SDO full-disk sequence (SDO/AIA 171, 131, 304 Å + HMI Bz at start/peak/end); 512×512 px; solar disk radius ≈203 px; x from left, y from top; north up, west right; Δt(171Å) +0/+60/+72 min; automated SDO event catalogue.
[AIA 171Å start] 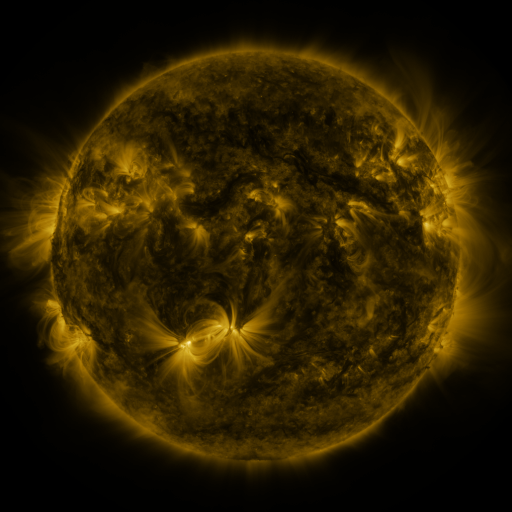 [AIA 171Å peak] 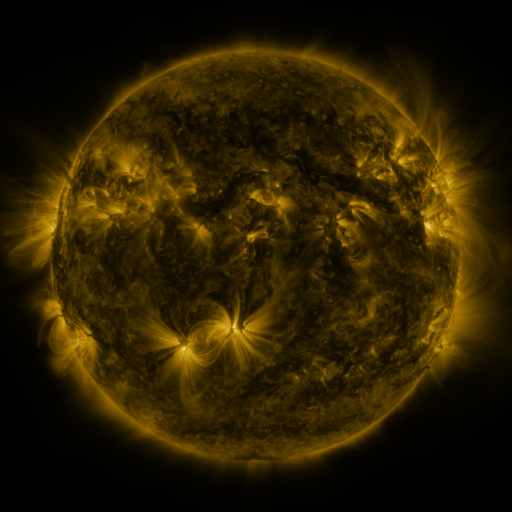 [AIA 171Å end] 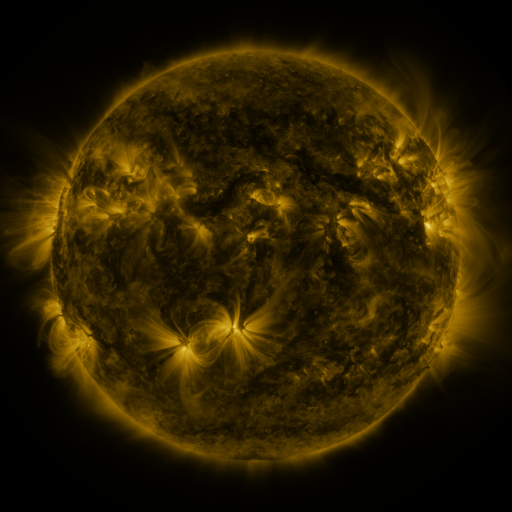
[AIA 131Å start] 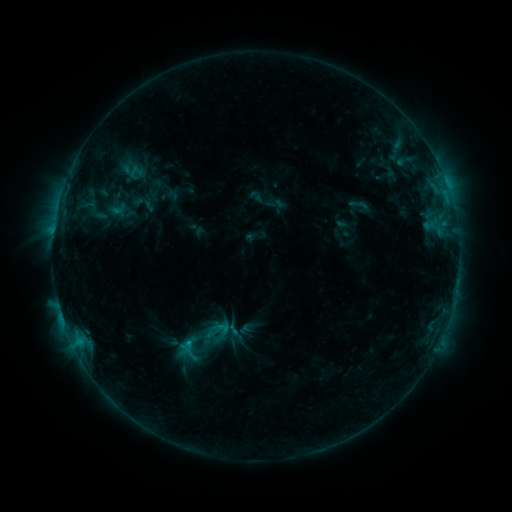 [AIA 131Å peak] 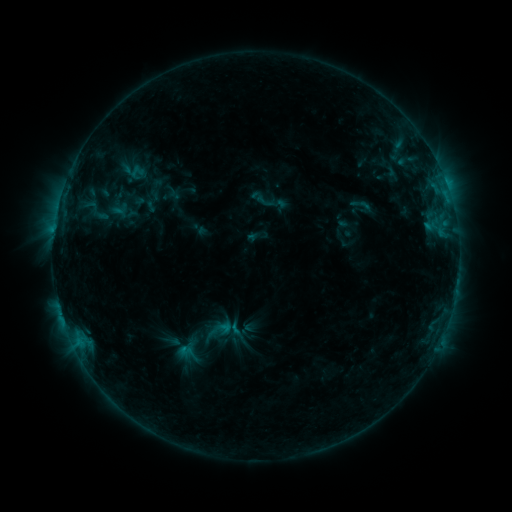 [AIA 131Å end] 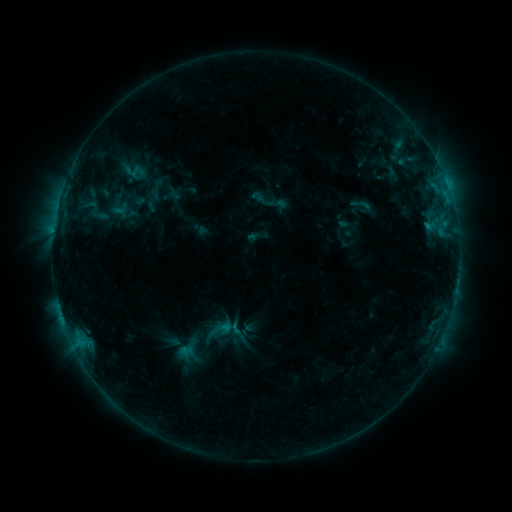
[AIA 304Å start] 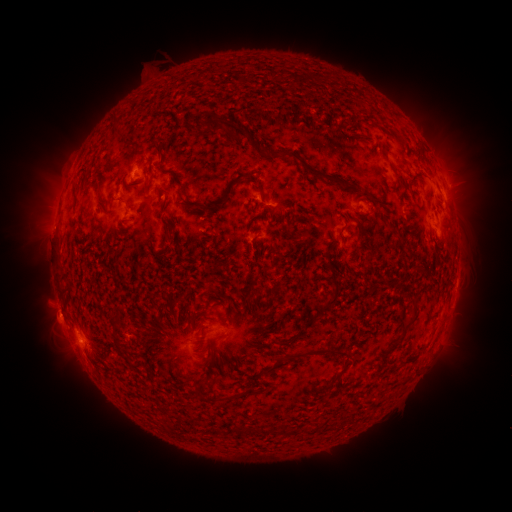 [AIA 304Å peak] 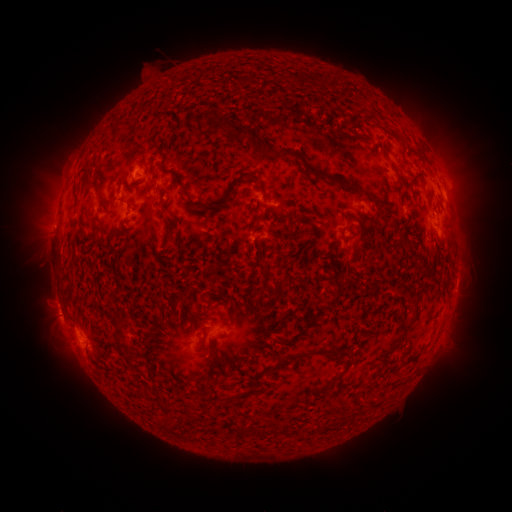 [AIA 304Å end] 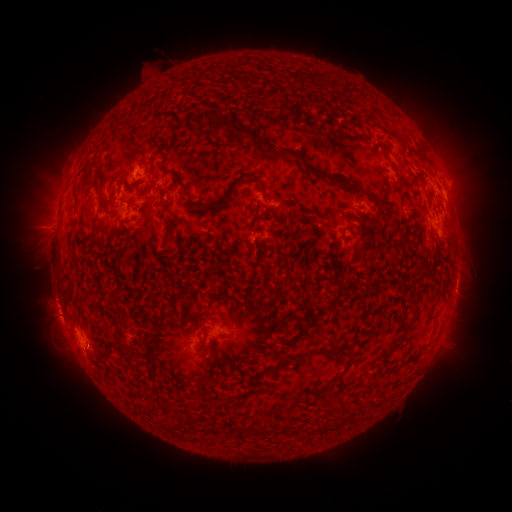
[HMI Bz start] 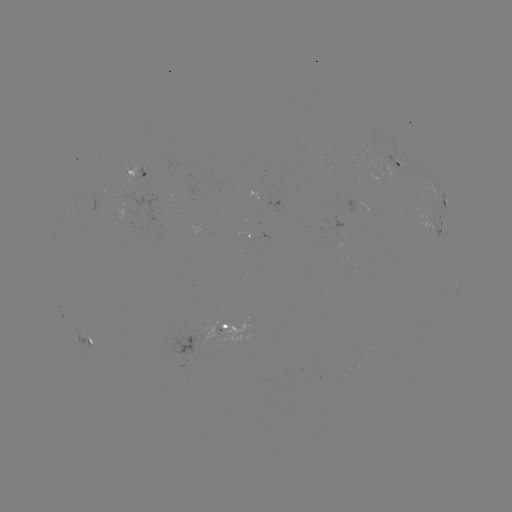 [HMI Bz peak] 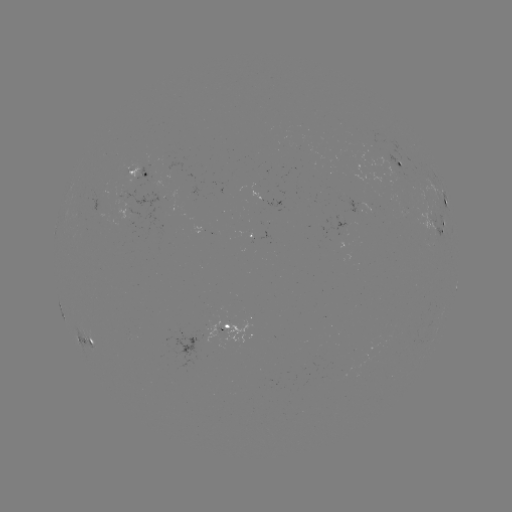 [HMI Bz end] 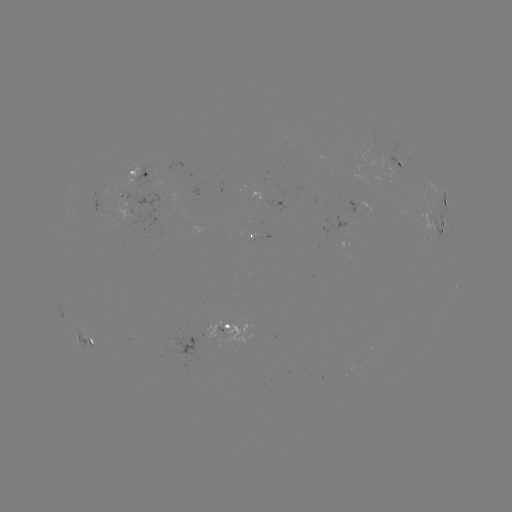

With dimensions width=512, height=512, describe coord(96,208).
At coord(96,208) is emerging-flux region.